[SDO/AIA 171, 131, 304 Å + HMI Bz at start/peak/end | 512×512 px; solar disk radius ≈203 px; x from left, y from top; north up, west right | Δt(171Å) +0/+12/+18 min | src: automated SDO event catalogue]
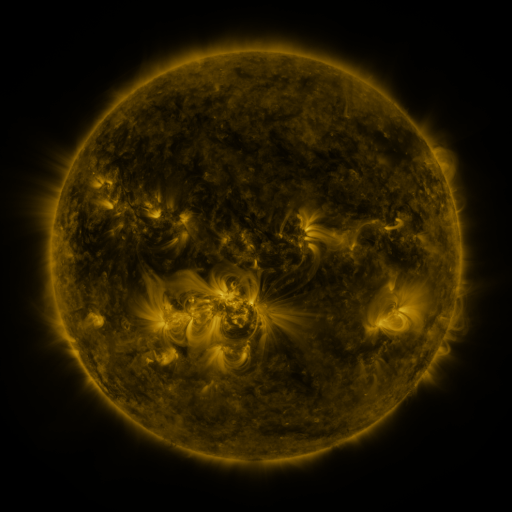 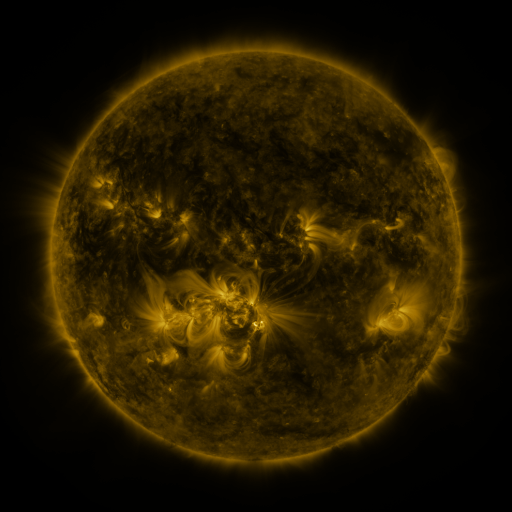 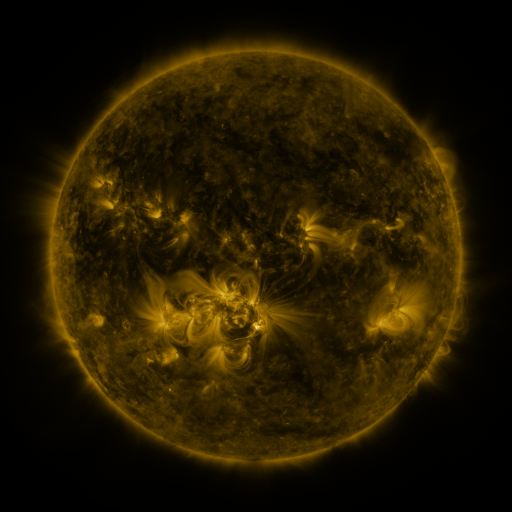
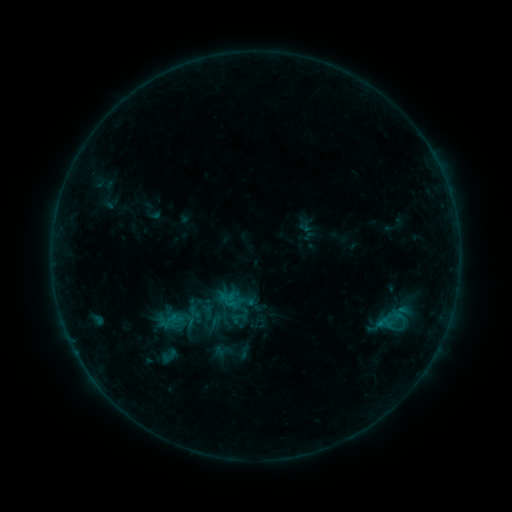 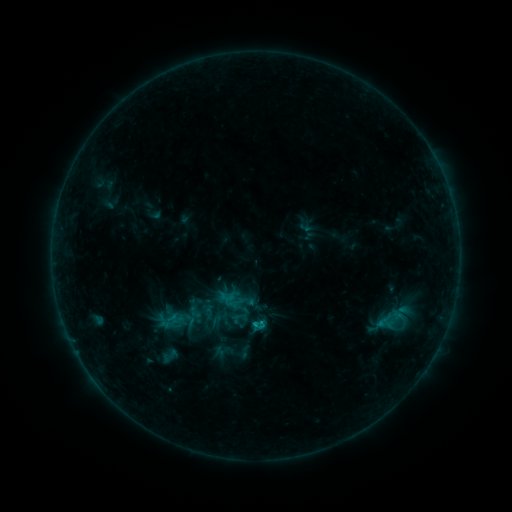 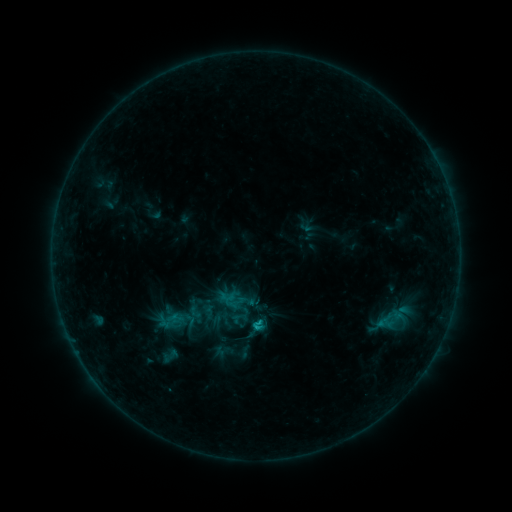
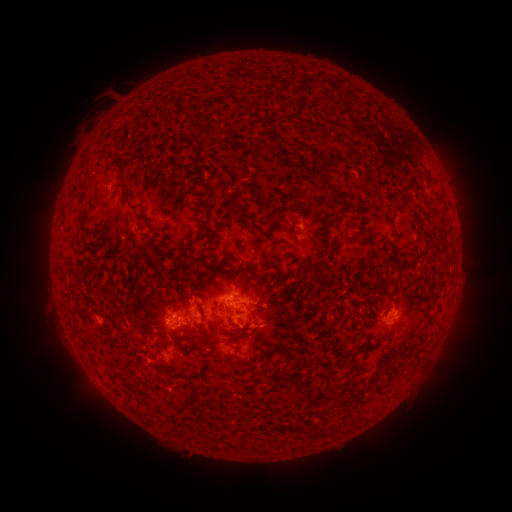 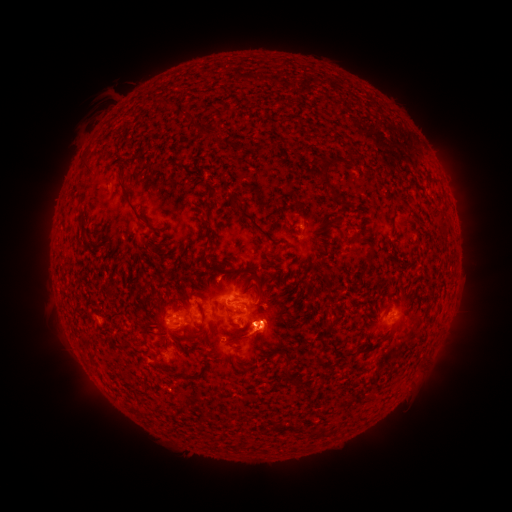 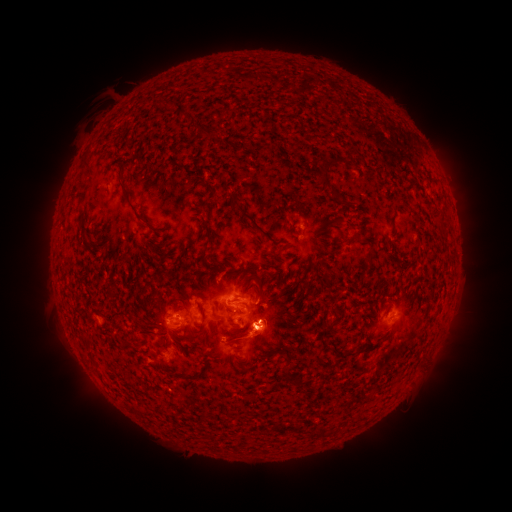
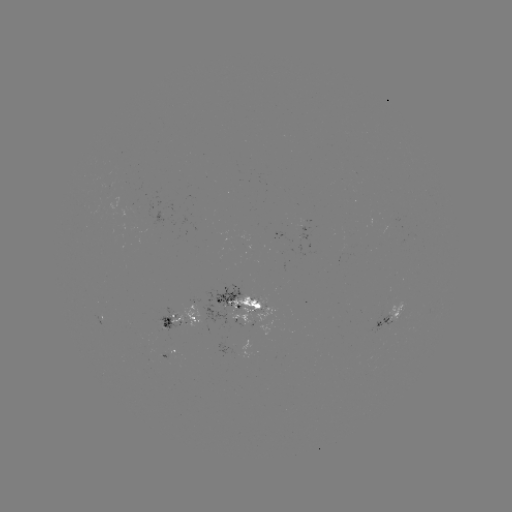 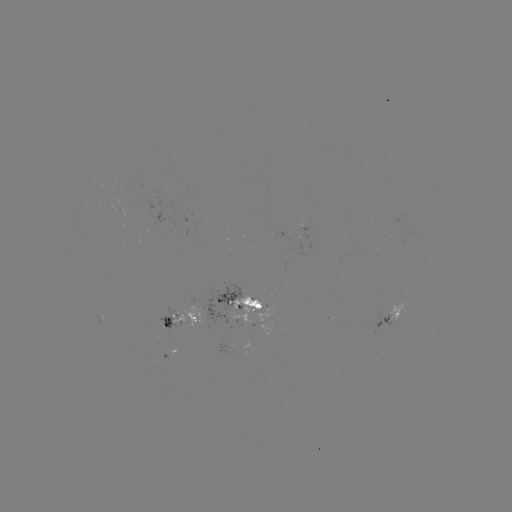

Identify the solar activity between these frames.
eruption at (268, 334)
